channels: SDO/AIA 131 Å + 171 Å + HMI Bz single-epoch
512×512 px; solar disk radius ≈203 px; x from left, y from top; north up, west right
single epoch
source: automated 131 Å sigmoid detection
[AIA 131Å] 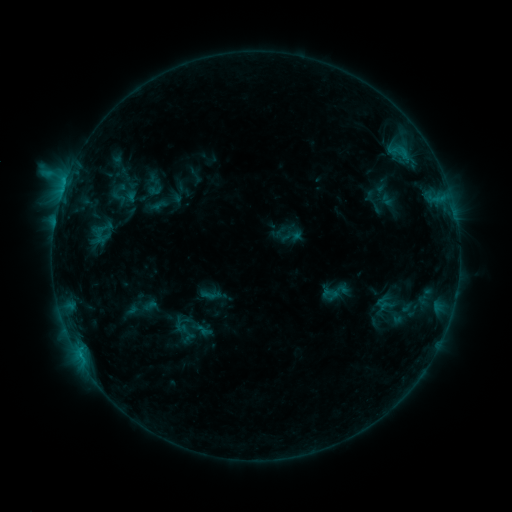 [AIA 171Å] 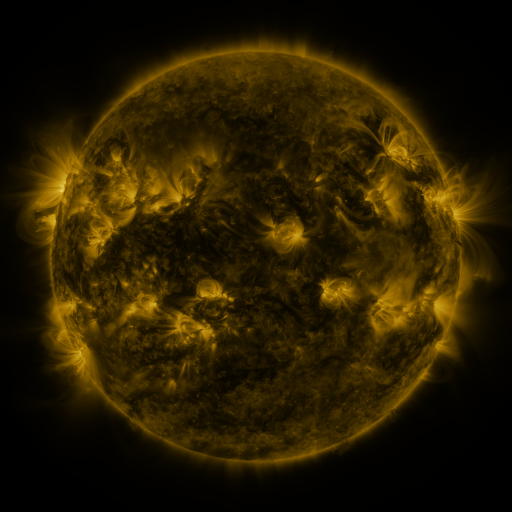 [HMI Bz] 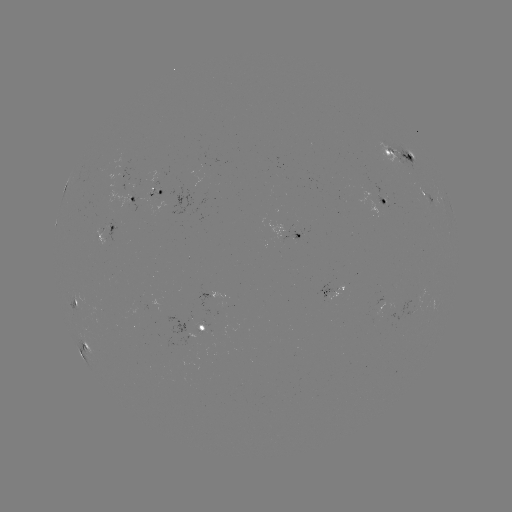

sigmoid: [319, 275, 351, 308]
